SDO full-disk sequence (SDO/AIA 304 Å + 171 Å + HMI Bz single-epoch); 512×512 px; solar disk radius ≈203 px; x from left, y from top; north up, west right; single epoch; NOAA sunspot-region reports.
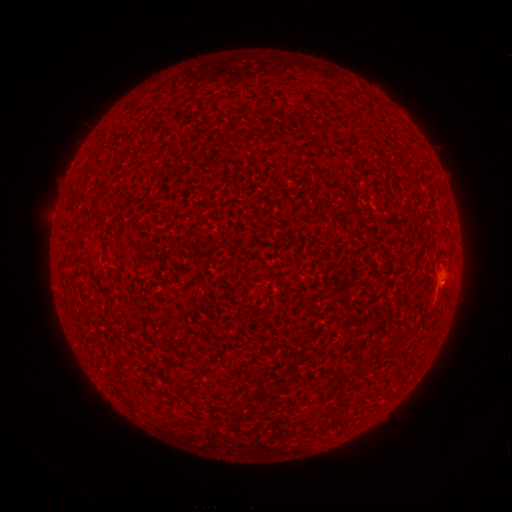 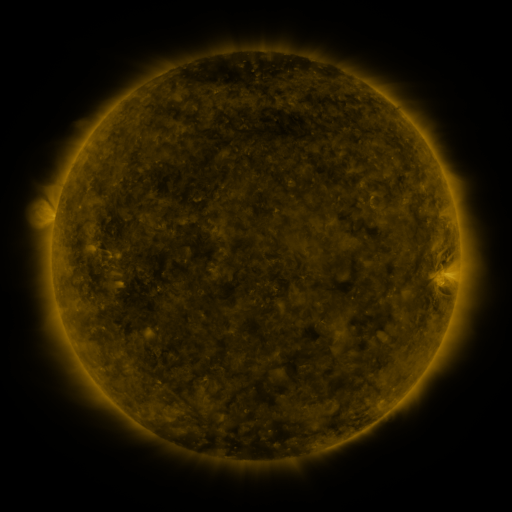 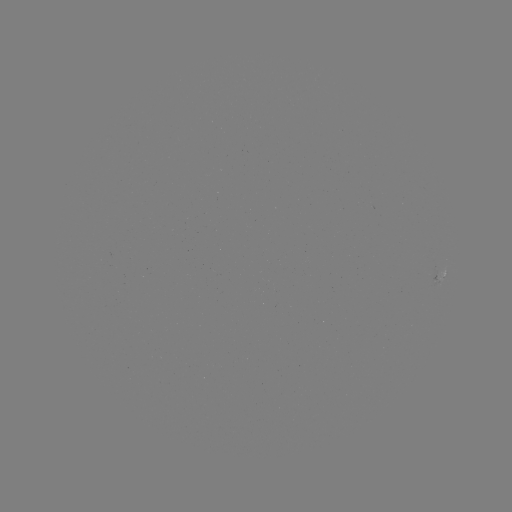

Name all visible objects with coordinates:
spotted active region: (442, 273)
